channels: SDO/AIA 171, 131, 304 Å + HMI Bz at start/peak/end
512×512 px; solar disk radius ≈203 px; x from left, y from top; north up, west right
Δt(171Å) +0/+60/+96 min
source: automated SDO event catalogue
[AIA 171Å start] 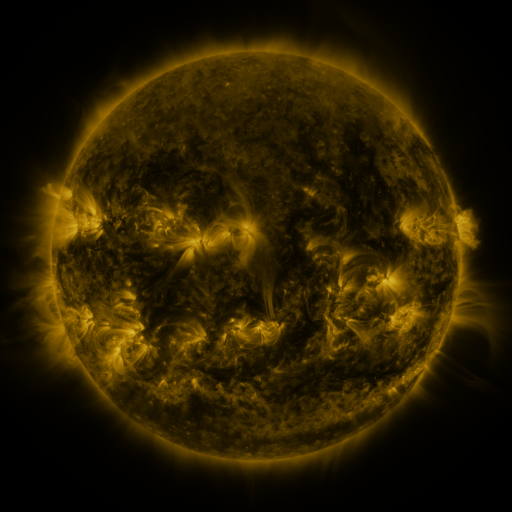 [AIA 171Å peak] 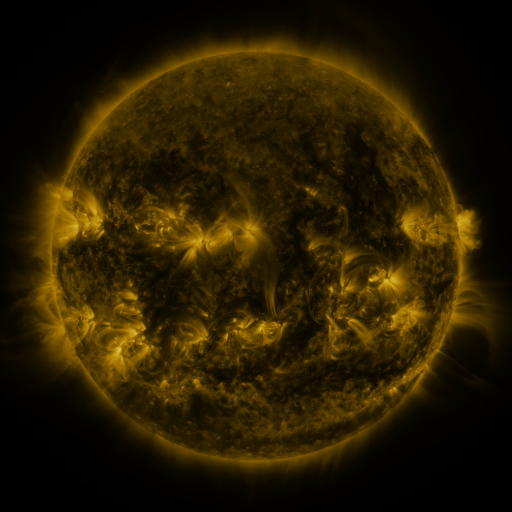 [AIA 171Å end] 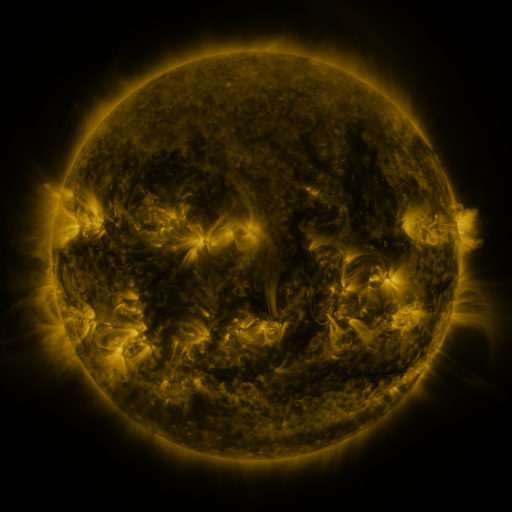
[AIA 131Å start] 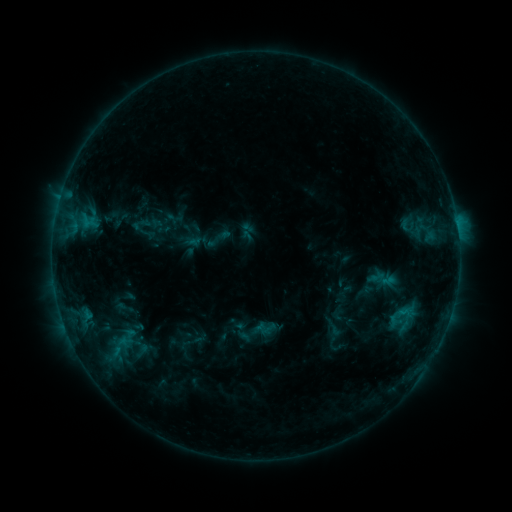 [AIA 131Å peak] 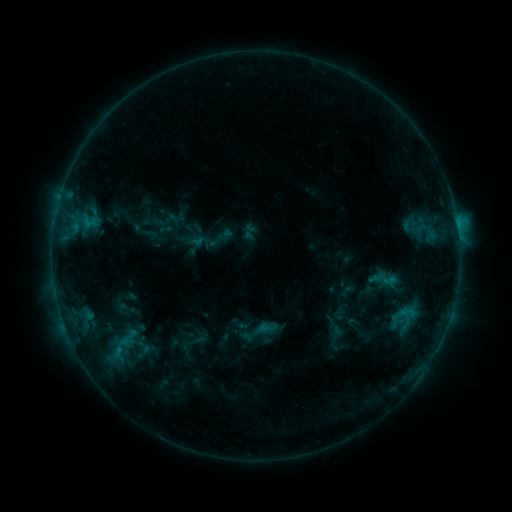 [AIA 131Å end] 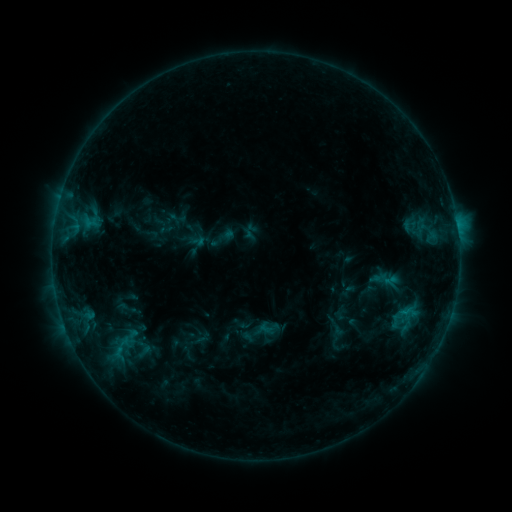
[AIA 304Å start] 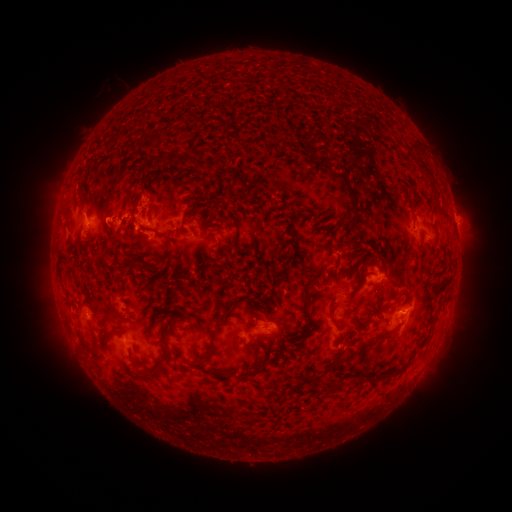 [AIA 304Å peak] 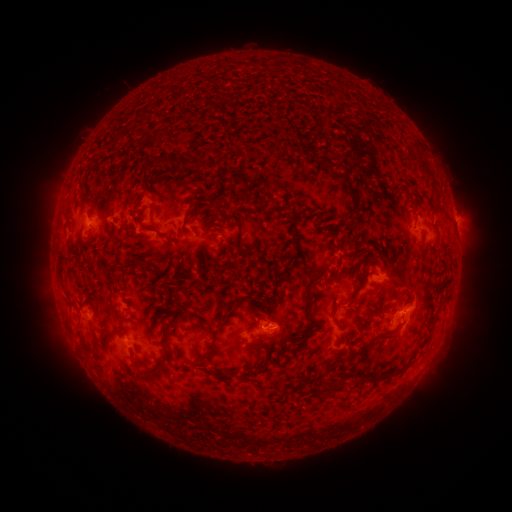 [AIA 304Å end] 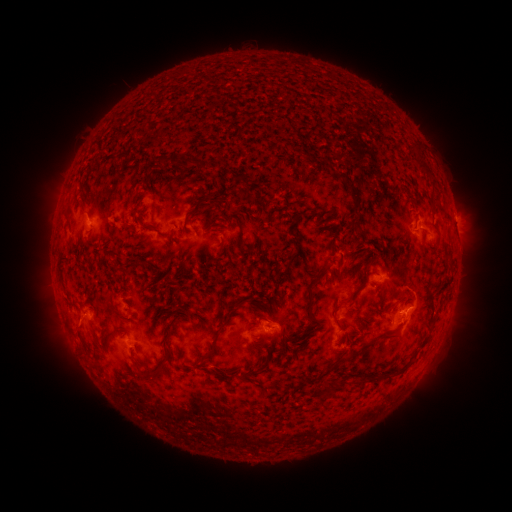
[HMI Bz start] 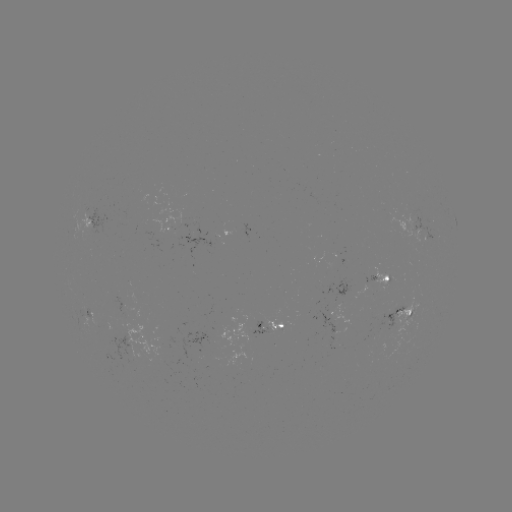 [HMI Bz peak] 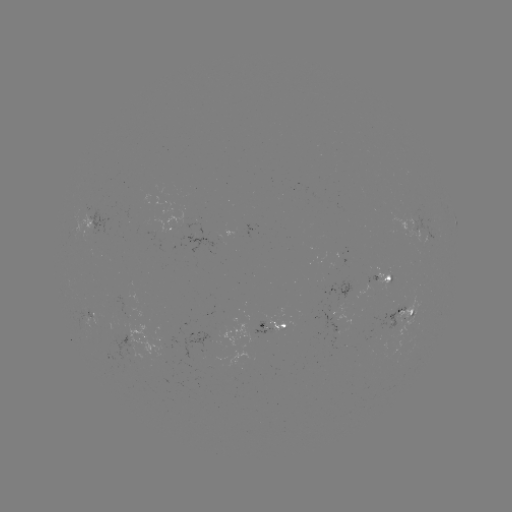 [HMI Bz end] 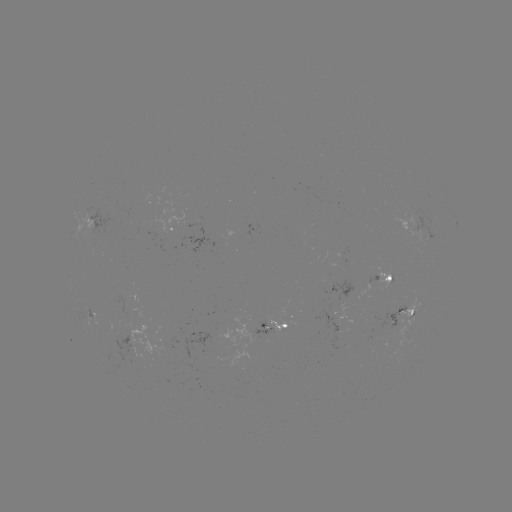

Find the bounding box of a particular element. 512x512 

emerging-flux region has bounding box [327, 331, 340, 335].